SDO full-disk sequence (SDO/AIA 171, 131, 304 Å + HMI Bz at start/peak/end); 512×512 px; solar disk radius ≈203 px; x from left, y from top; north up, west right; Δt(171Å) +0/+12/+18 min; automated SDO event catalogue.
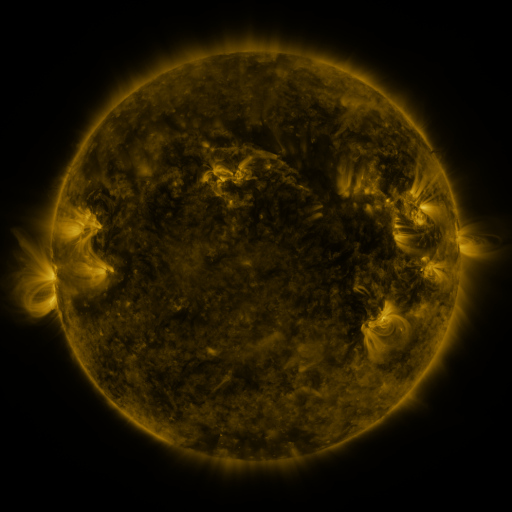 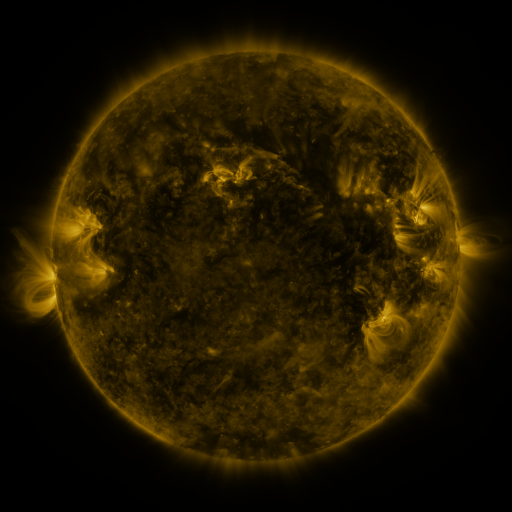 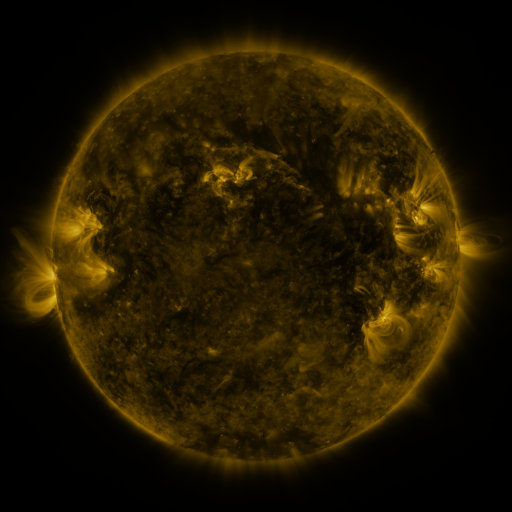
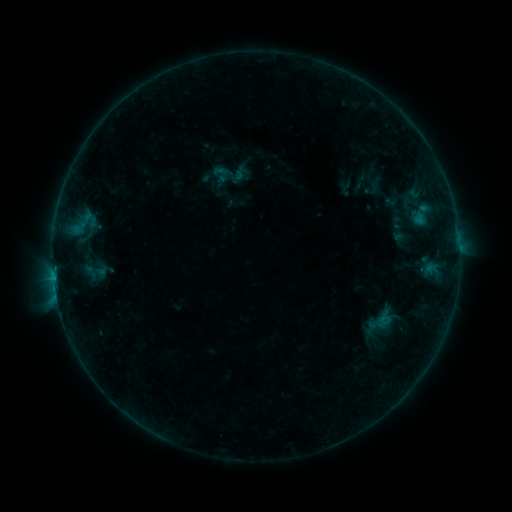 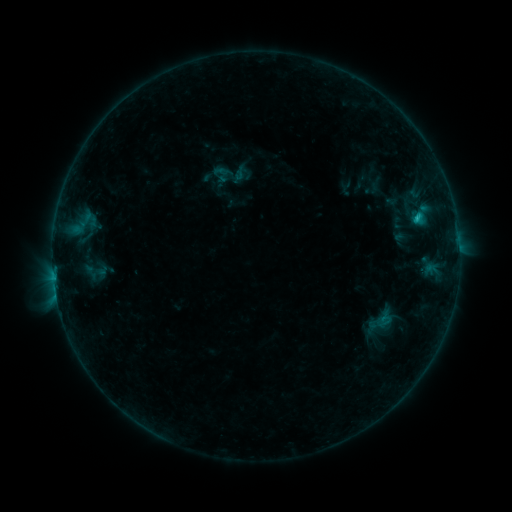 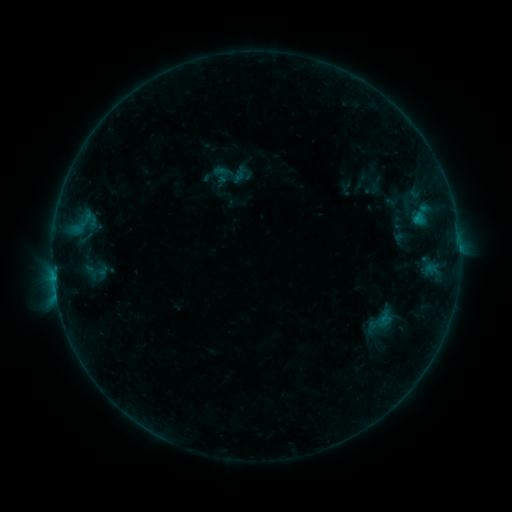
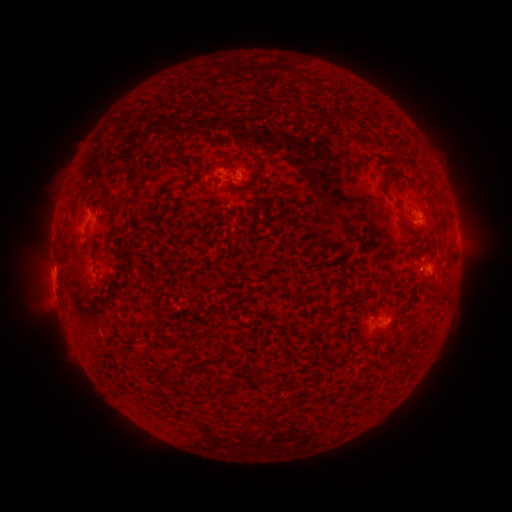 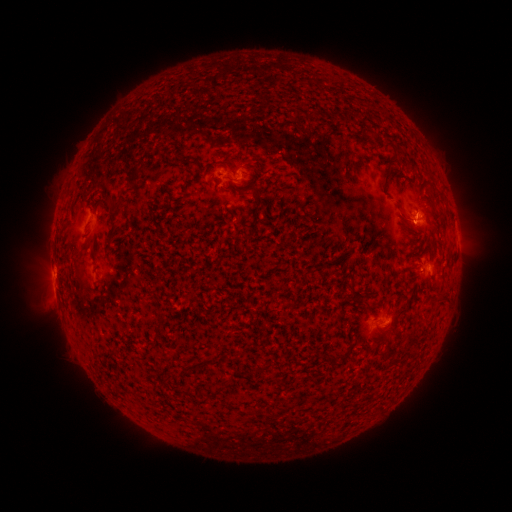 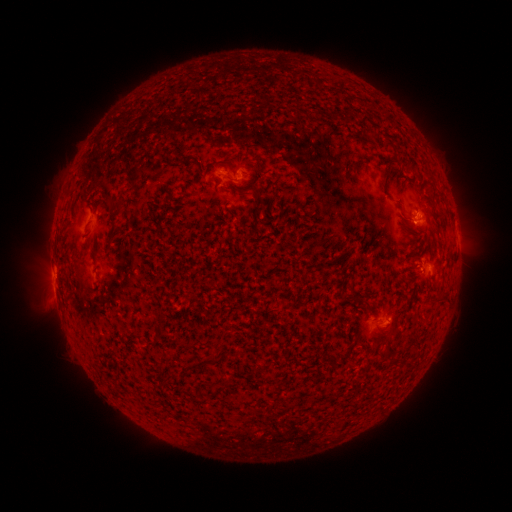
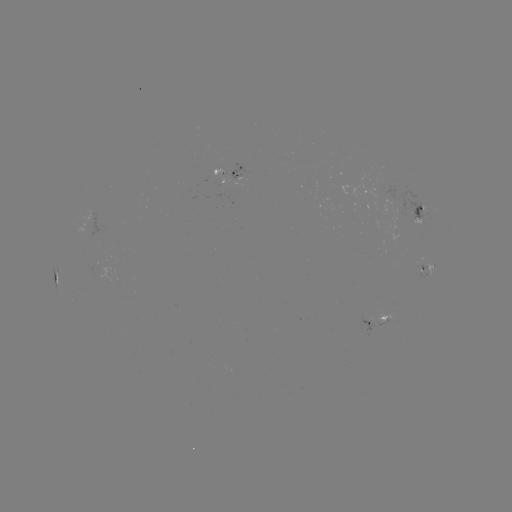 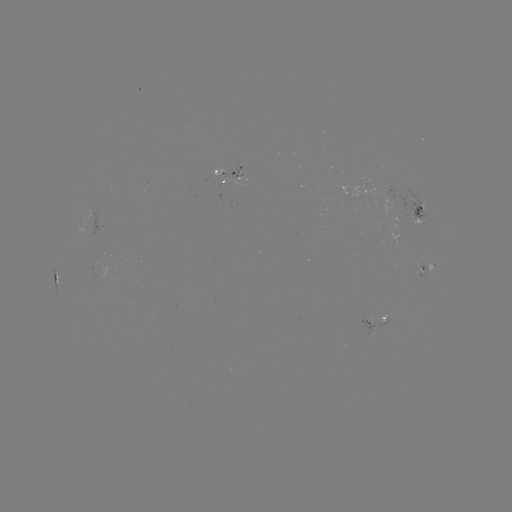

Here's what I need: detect B7.6 flare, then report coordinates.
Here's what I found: B7.6 flare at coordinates [414, 221].